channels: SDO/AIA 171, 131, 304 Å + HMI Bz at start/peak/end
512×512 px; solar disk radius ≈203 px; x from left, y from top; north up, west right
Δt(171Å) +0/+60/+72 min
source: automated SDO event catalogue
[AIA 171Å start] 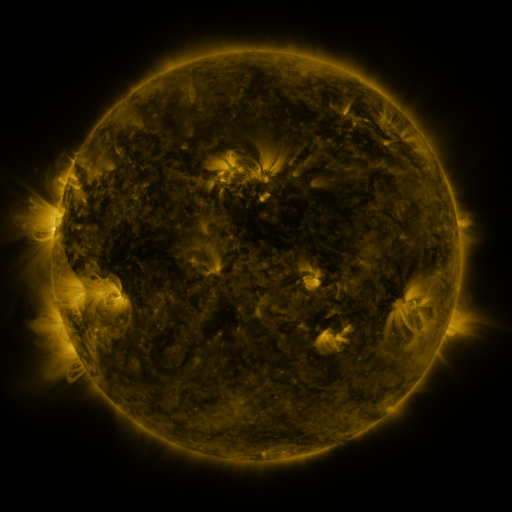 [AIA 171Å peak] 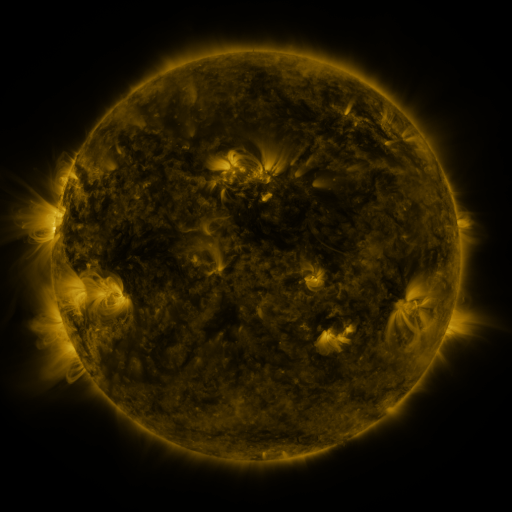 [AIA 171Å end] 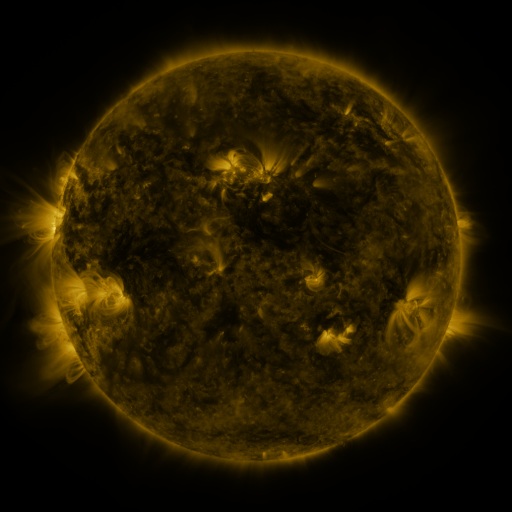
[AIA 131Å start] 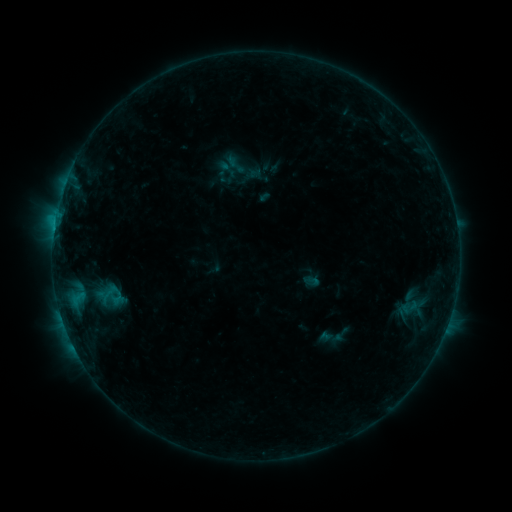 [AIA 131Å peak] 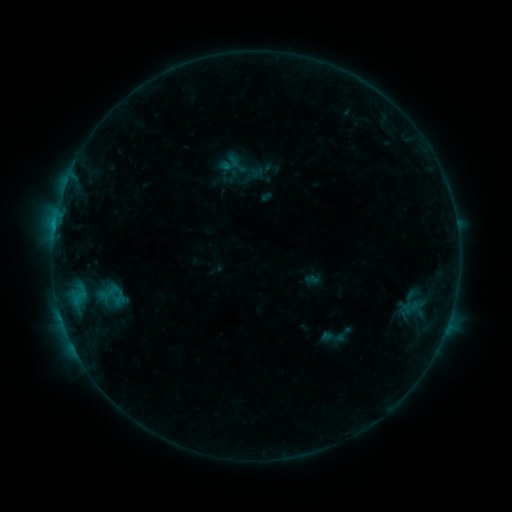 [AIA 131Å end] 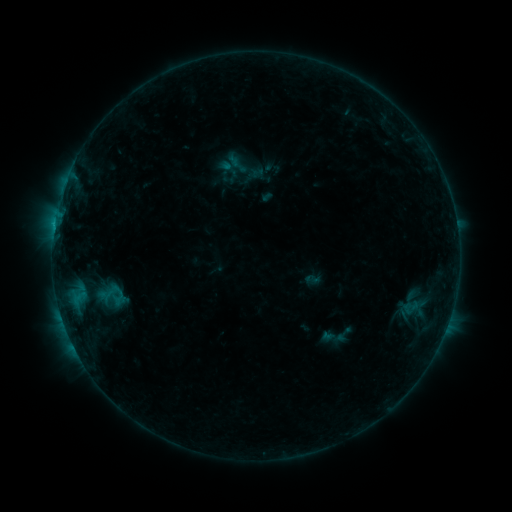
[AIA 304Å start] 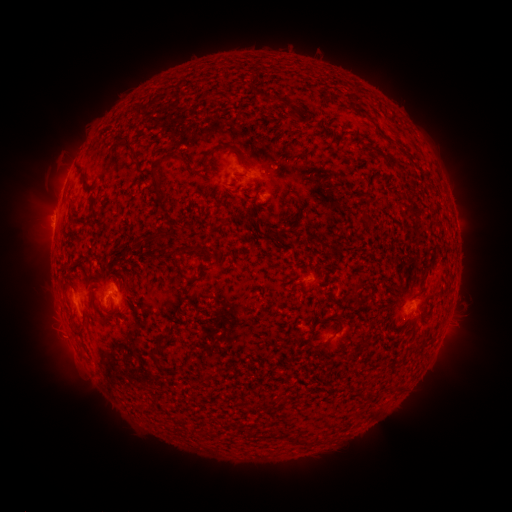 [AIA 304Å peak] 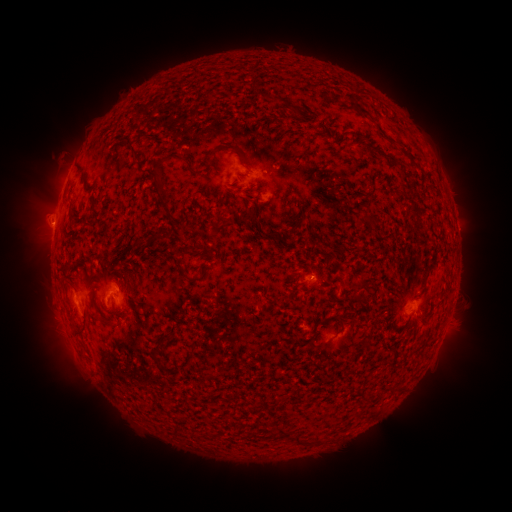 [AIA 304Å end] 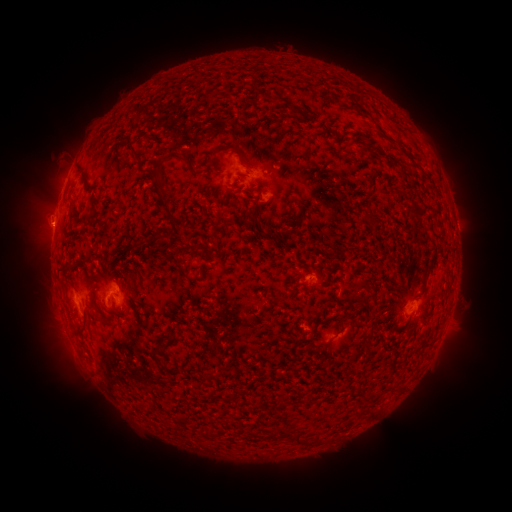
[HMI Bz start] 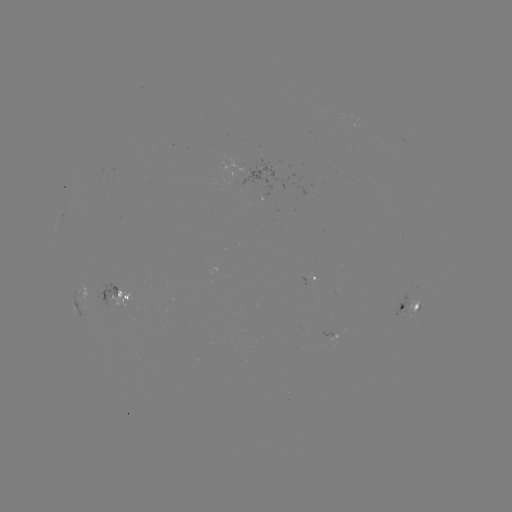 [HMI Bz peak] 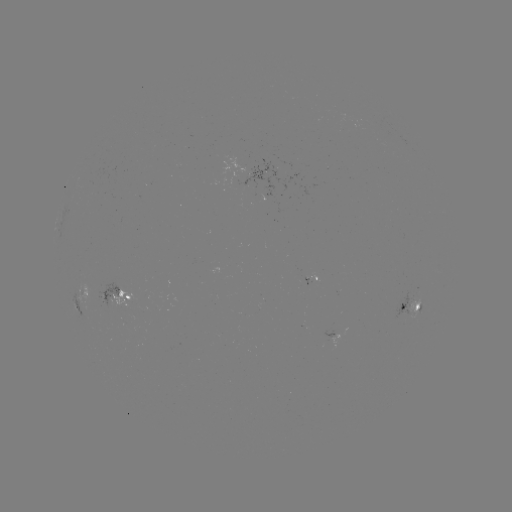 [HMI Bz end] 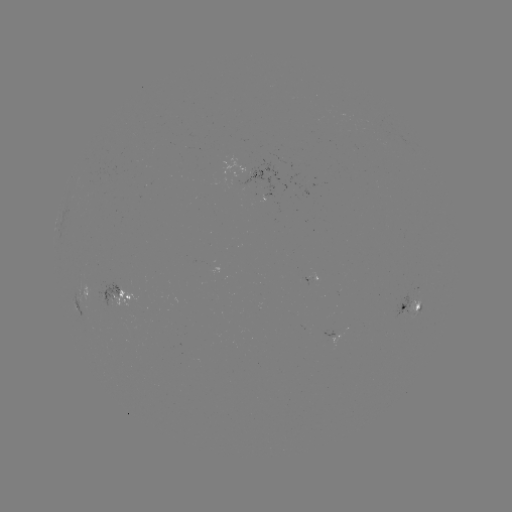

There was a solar emerging-flux region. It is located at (307, 279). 